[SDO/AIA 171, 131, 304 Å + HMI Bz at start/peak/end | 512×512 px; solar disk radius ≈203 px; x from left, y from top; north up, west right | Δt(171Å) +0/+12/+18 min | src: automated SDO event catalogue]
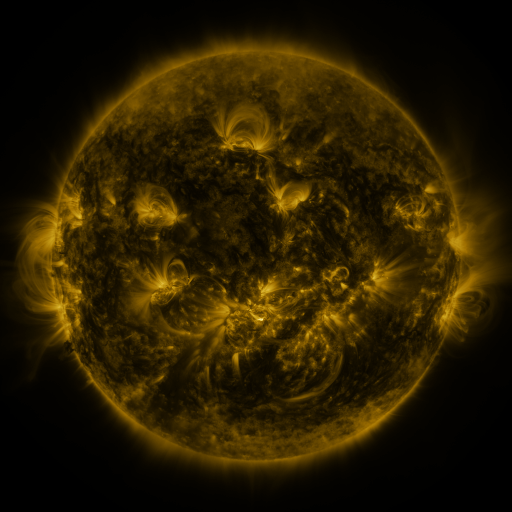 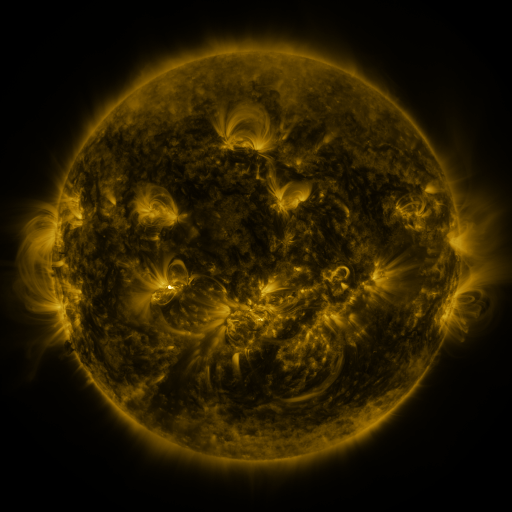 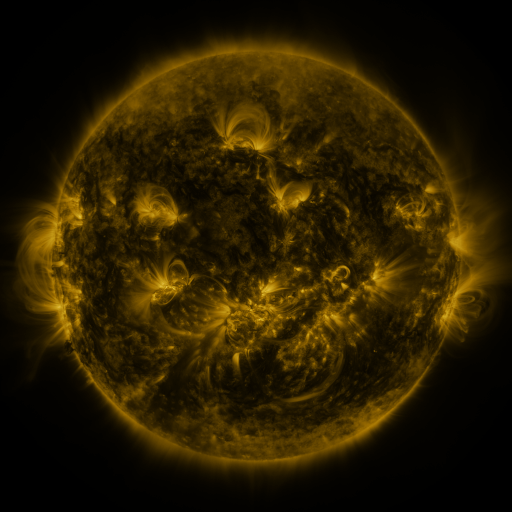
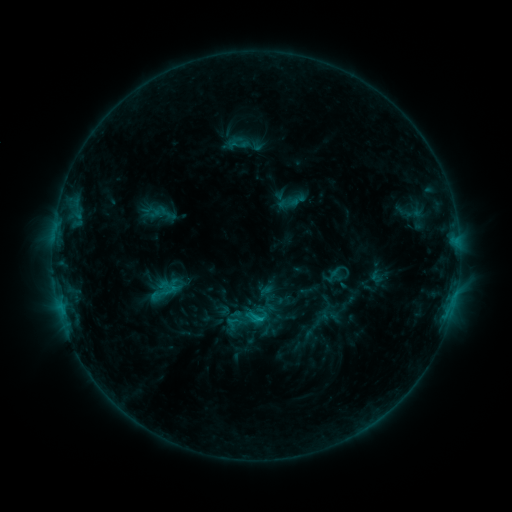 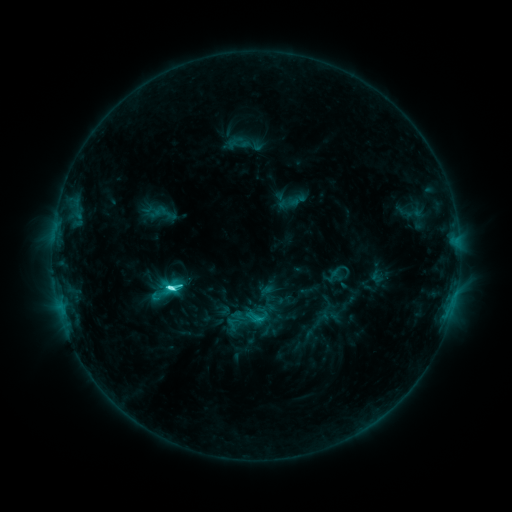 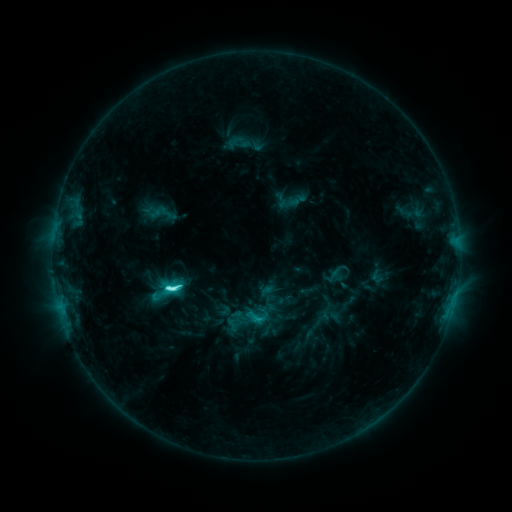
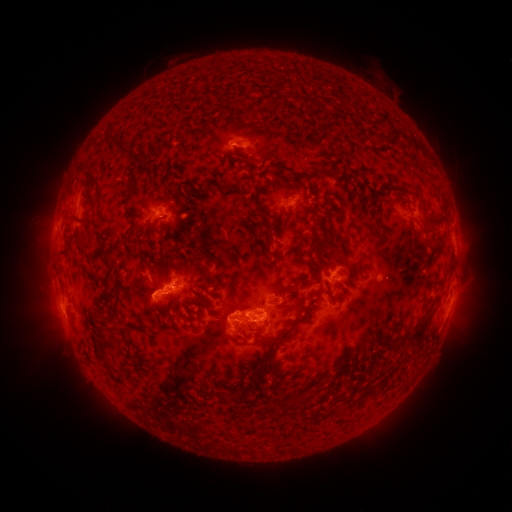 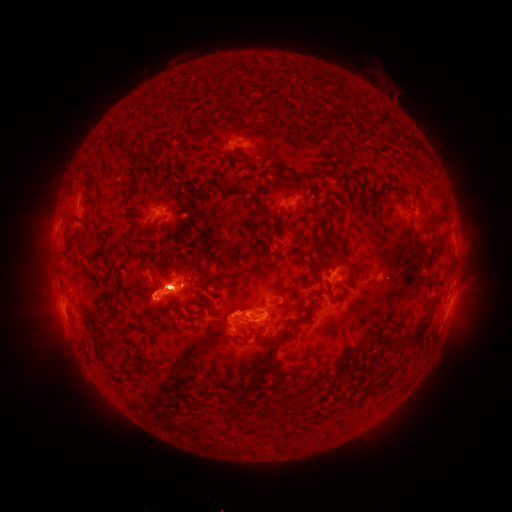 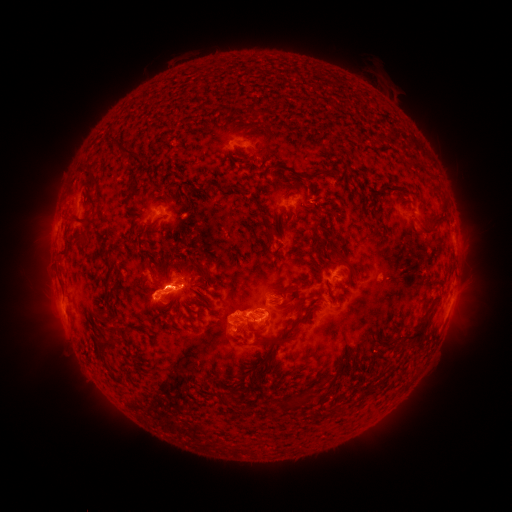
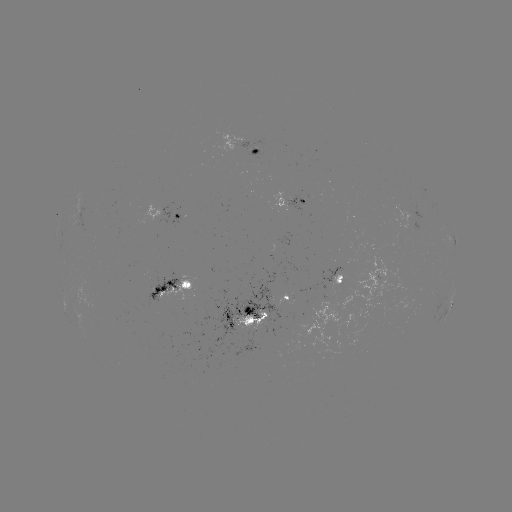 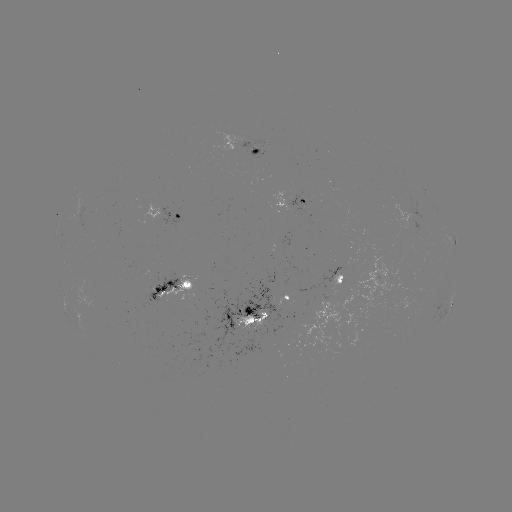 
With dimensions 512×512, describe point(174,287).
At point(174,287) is C6.7 flare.